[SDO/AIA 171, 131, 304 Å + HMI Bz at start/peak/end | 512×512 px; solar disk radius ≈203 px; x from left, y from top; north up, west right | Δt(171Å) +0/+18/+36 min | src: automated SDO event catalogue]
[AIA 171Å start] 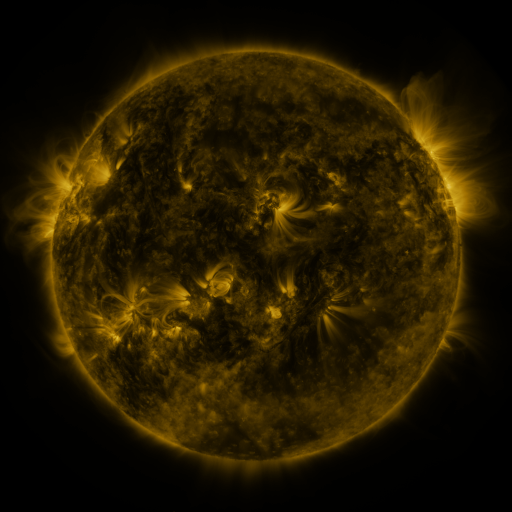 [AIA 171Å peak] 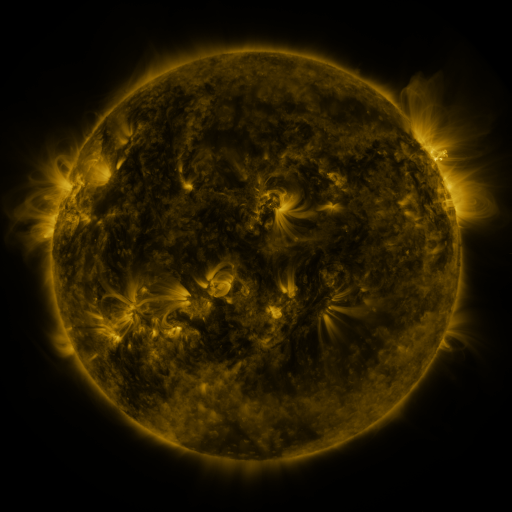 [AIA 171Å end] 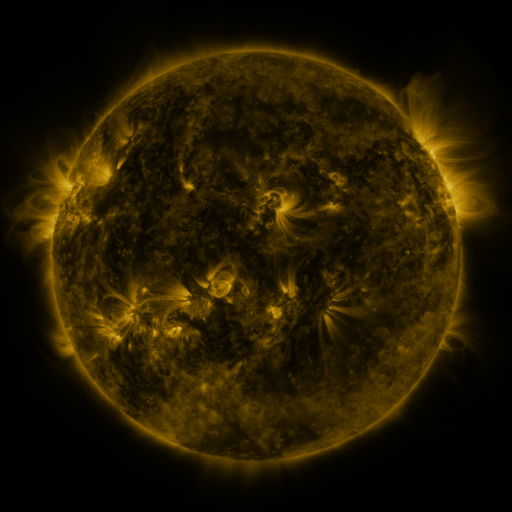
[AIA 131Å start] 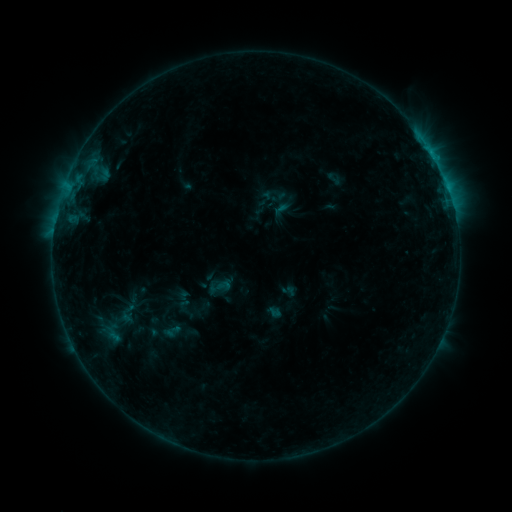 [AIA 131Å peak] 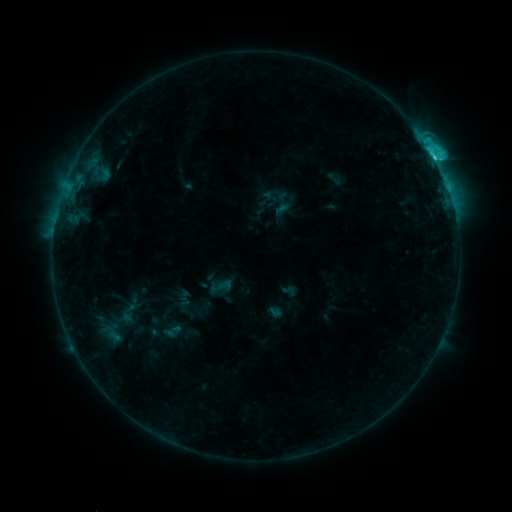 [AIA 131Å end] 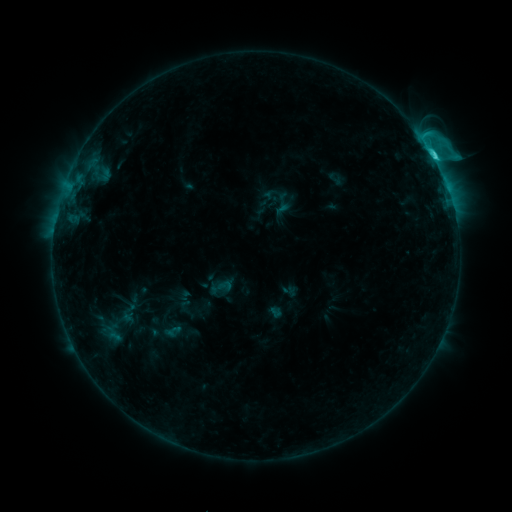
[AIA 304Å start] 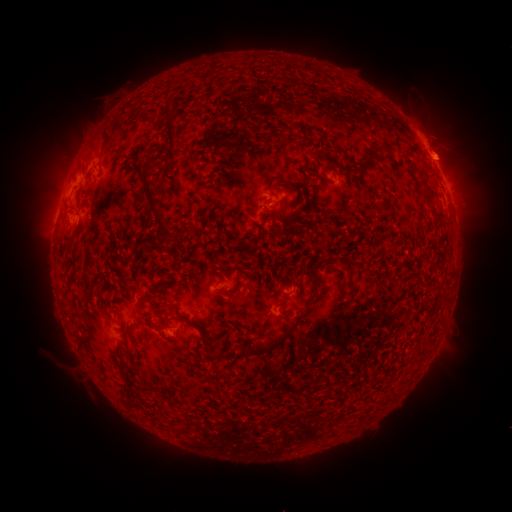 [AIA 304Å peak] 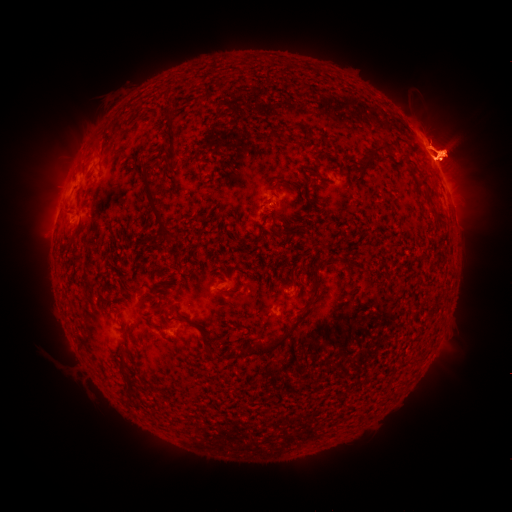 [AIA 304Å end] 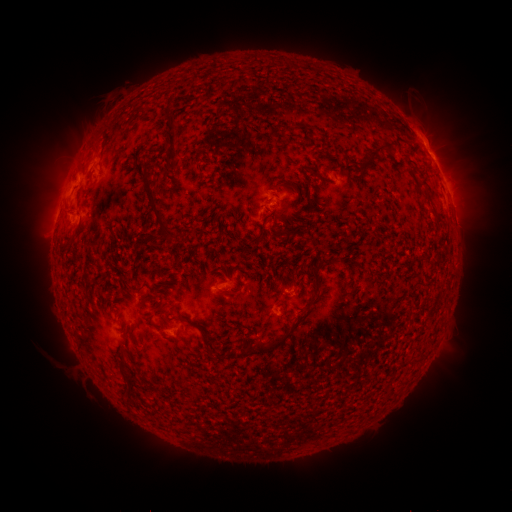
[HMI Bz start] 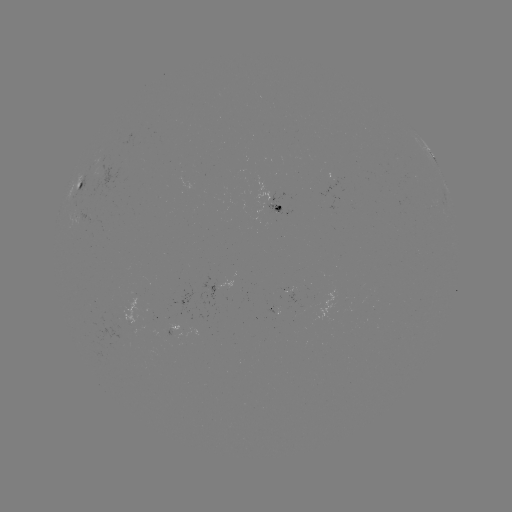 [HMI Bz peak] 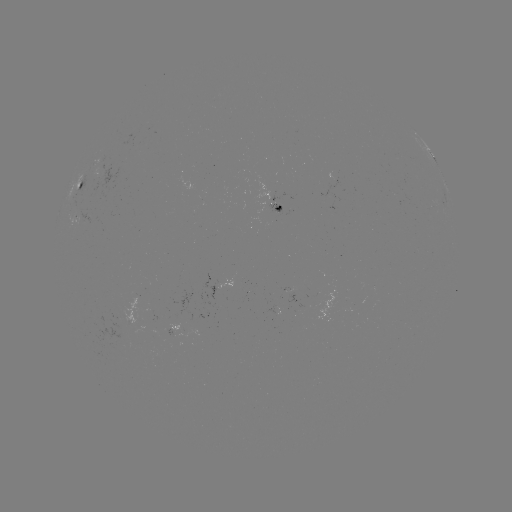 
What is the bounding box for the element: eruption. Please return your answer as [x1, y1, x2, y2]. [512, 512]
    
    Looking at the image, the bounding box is [368, 100, 494, 203].